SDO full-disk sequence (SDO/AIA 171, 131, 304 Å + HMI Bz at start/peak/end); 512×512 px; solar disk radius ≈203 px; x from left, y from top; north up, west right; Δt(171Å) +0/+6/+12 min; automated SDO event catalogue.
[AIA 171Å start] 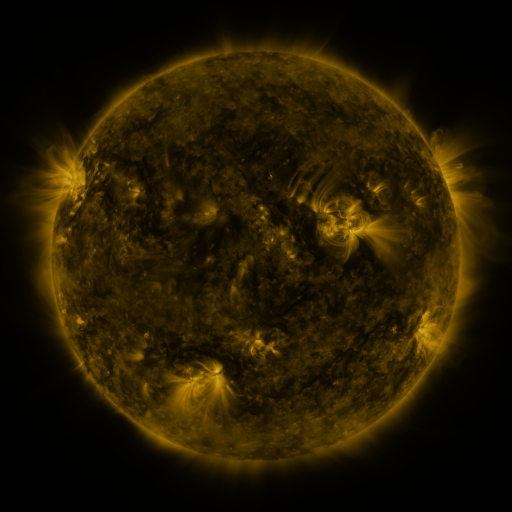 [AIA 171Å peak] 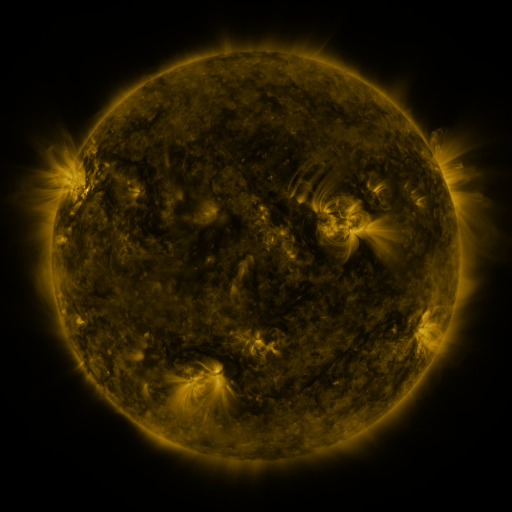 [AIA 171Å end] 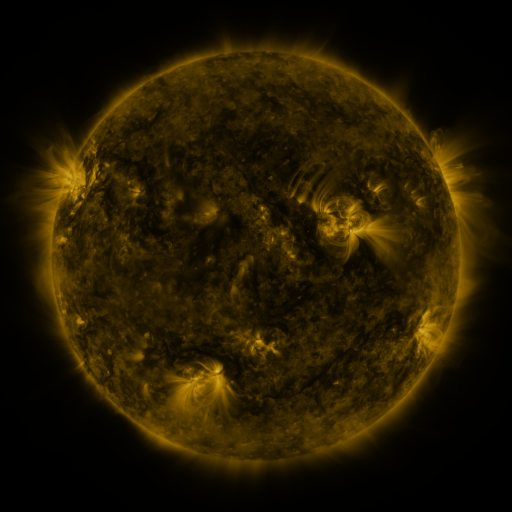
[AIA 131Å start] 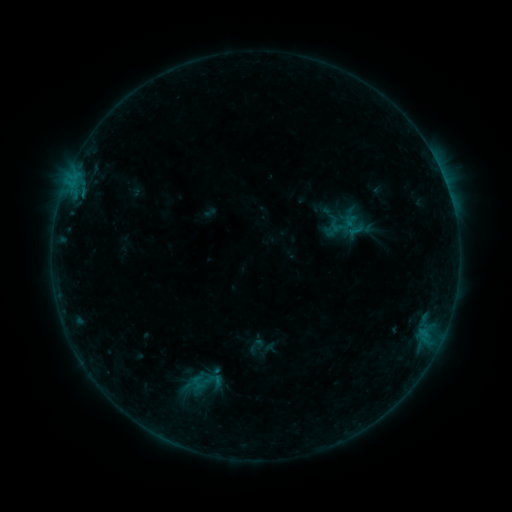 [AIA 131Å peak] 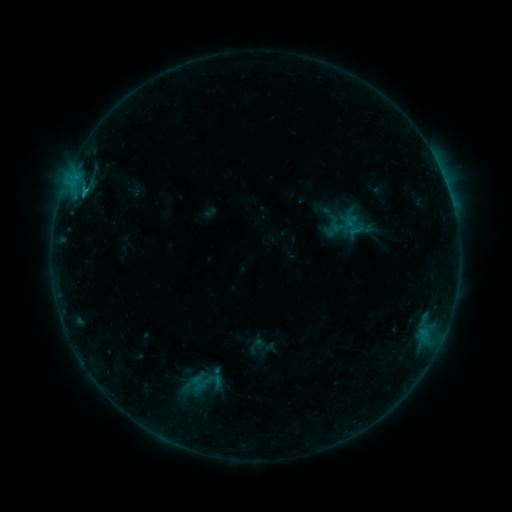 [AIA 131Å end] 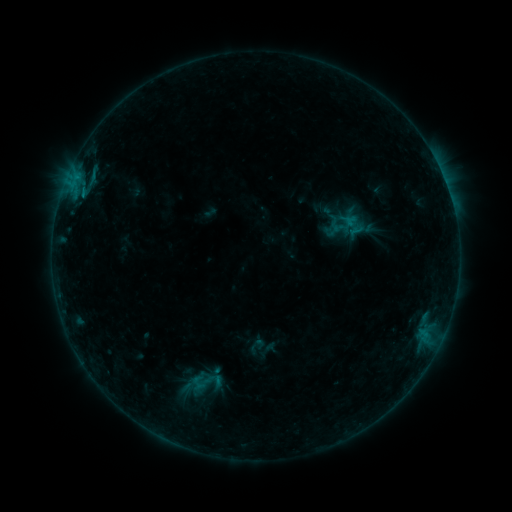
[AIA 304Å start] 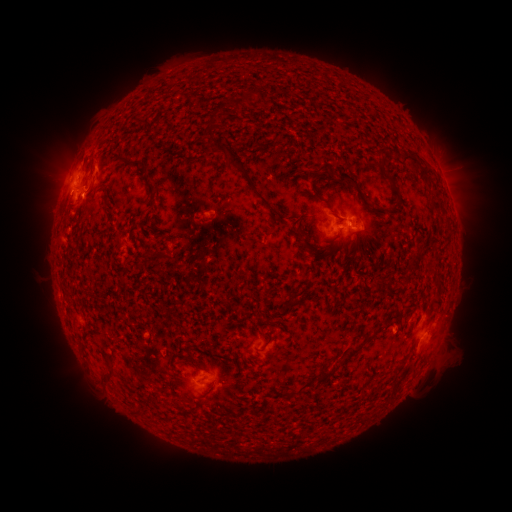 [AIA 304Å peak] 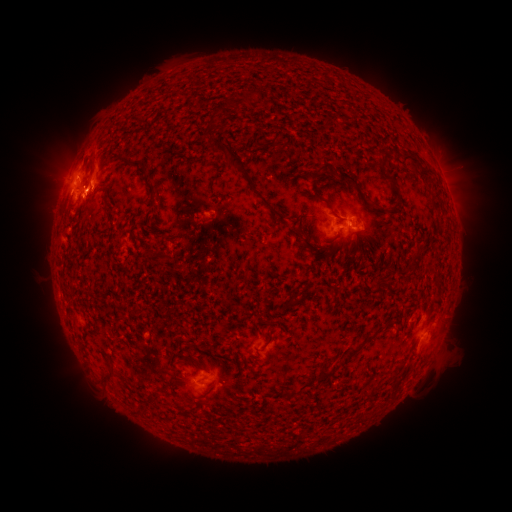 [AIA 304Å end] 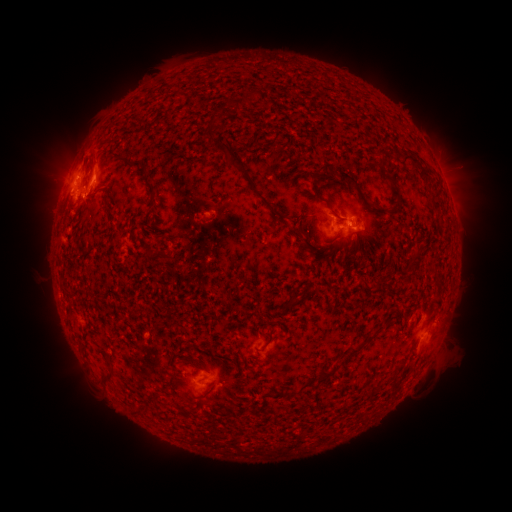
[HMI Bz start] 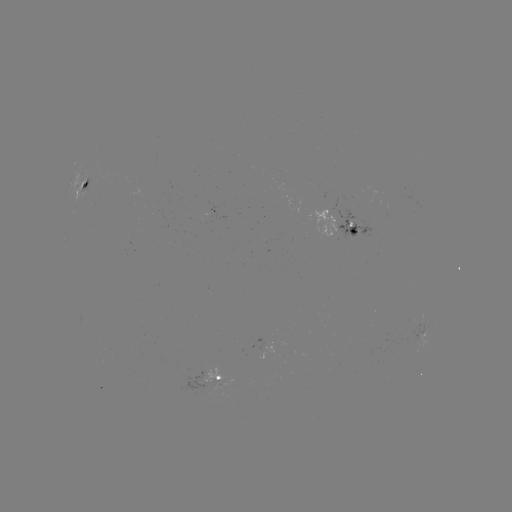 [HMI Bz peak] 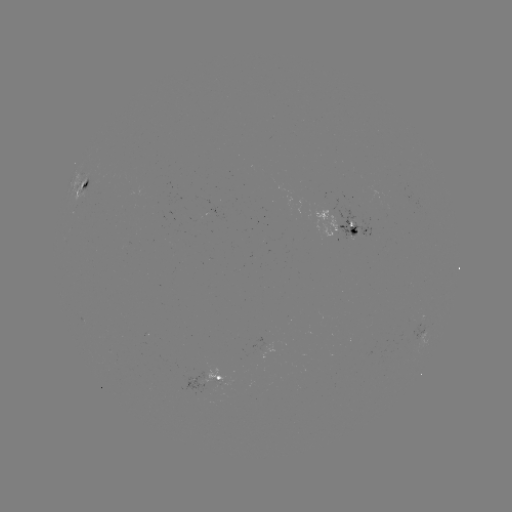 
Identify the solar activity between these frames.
eruption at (100, 182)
